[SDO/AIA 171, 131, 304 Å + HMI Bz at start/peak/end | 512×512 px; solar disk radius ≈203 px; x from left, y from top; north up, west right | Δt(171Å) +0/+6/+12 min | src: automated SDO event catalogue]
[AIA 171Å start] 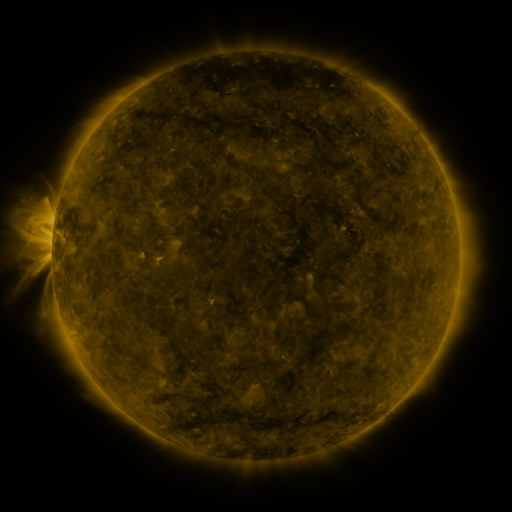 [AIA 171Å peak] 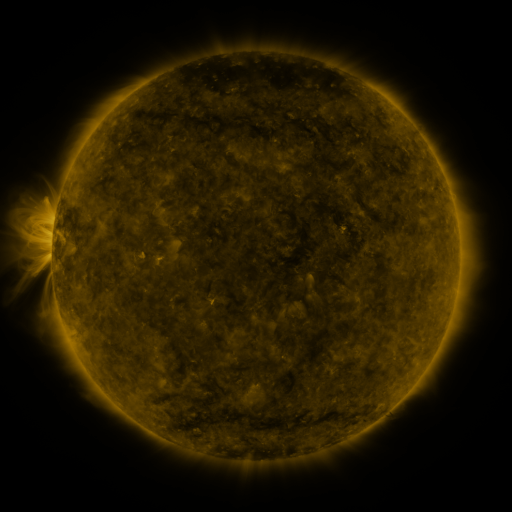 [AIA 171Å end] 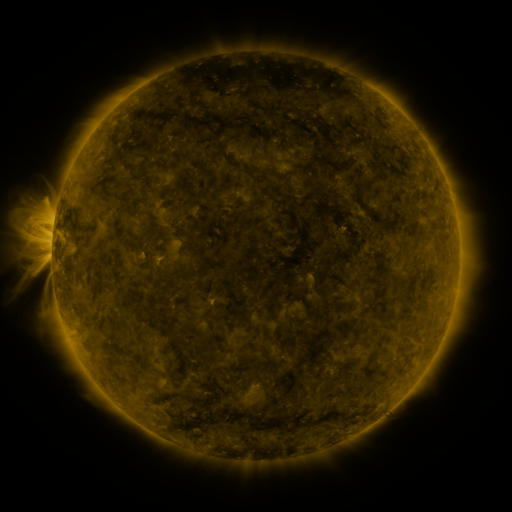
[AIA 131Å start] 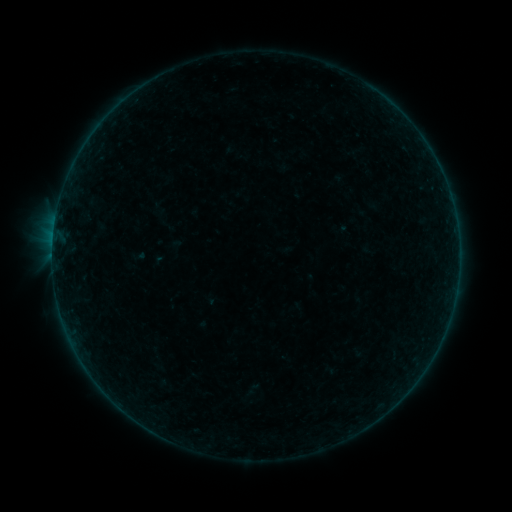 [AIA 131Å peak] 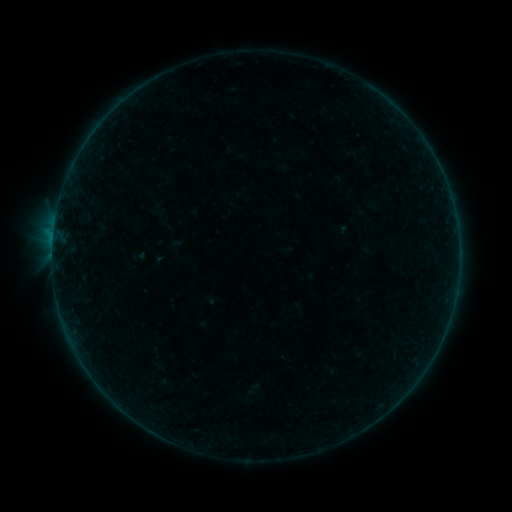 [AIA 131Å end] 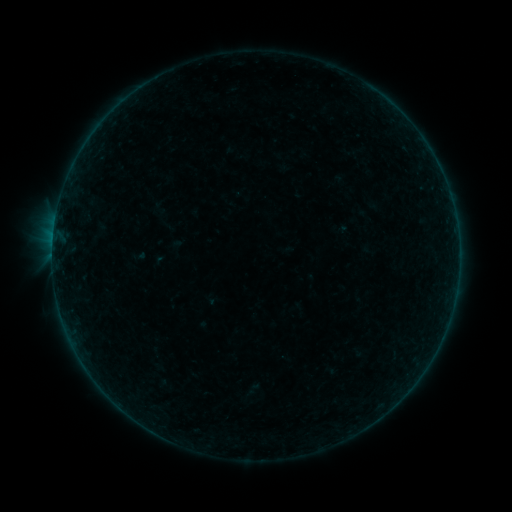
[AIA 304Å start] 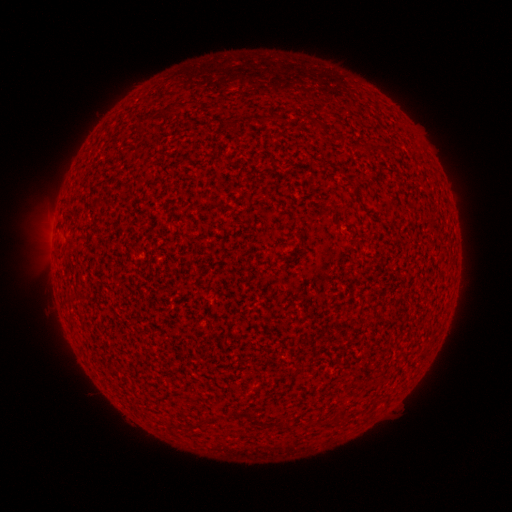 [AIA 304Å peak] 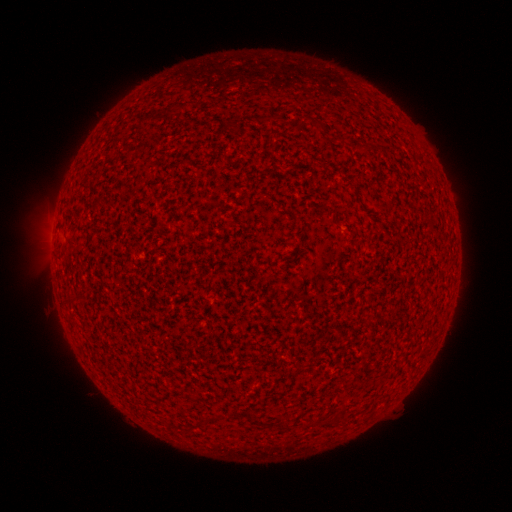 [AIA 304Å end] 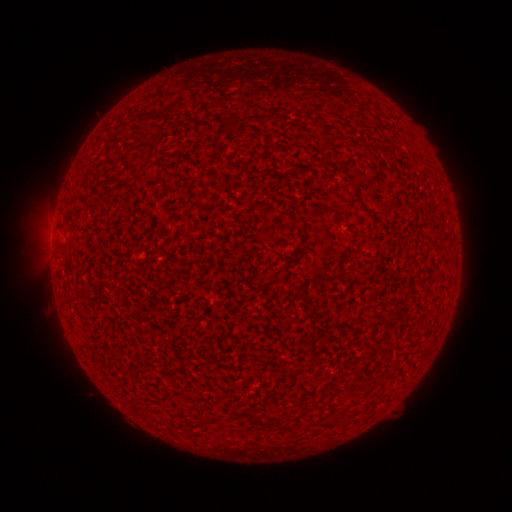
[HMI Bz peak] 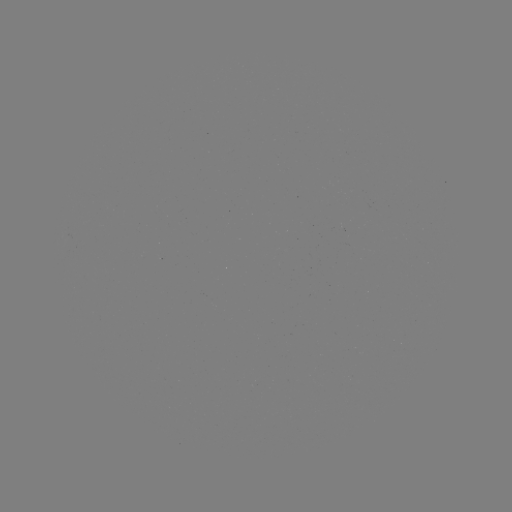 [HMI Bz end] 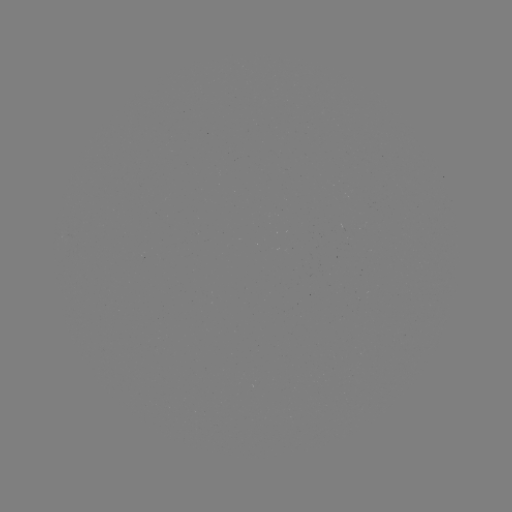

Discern B1.3 flare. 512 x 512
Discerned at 53,242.